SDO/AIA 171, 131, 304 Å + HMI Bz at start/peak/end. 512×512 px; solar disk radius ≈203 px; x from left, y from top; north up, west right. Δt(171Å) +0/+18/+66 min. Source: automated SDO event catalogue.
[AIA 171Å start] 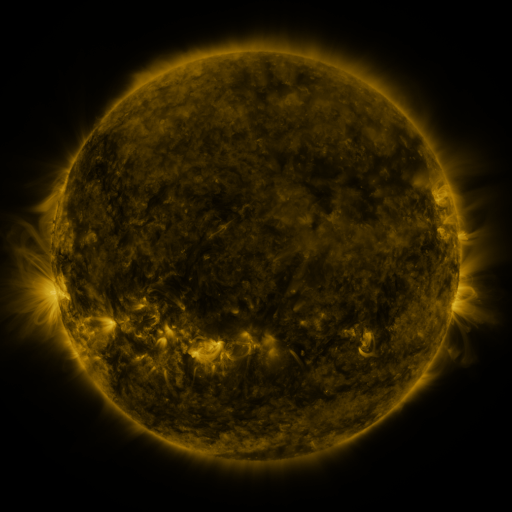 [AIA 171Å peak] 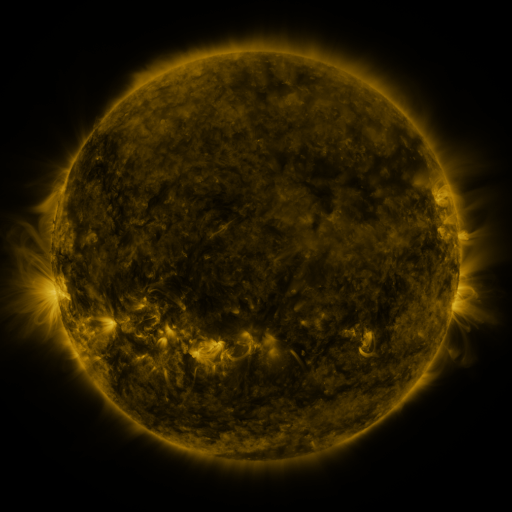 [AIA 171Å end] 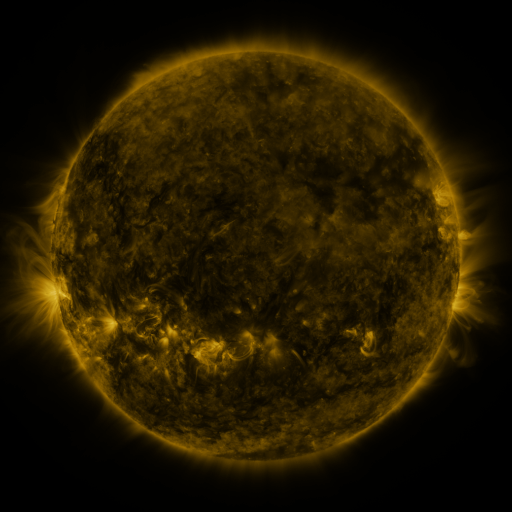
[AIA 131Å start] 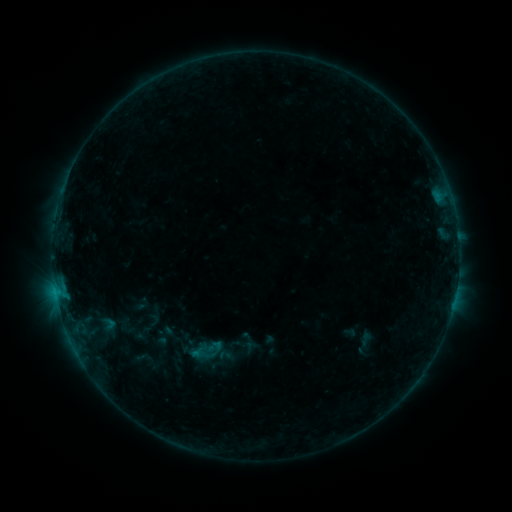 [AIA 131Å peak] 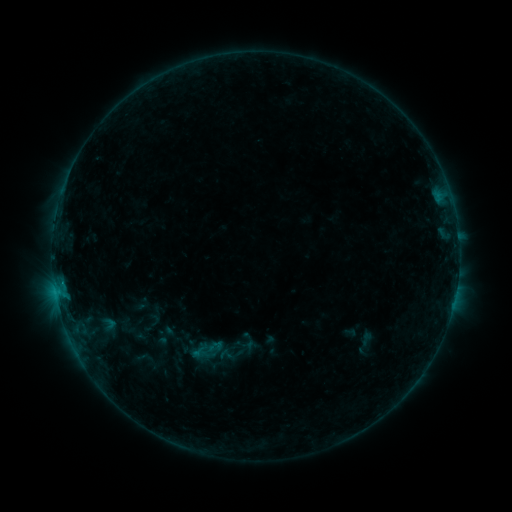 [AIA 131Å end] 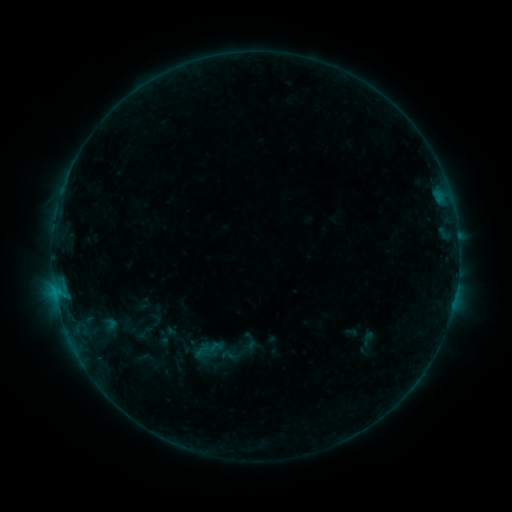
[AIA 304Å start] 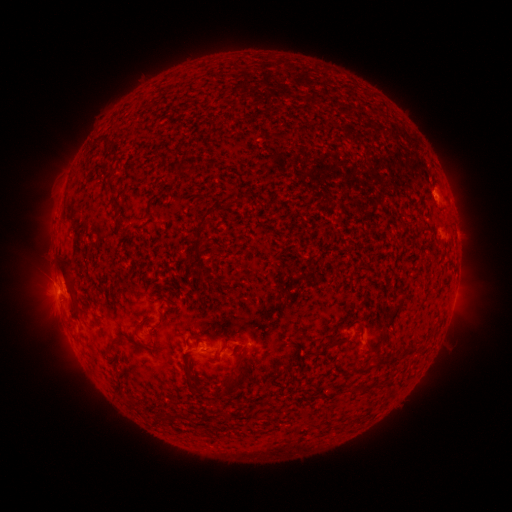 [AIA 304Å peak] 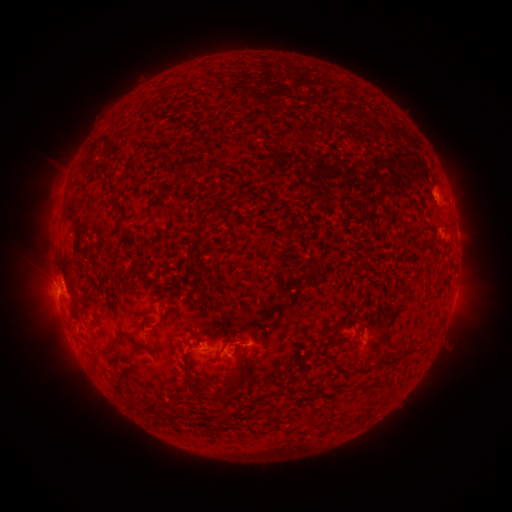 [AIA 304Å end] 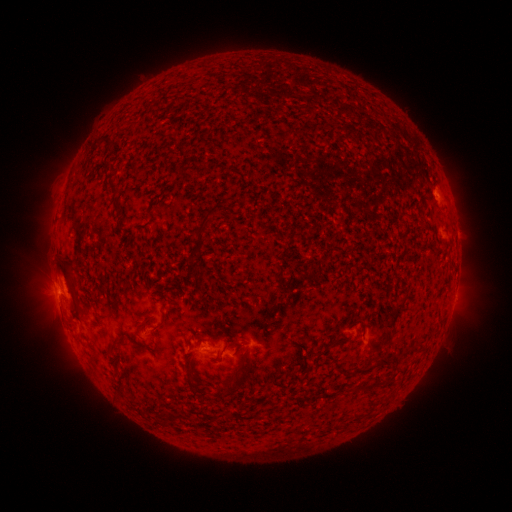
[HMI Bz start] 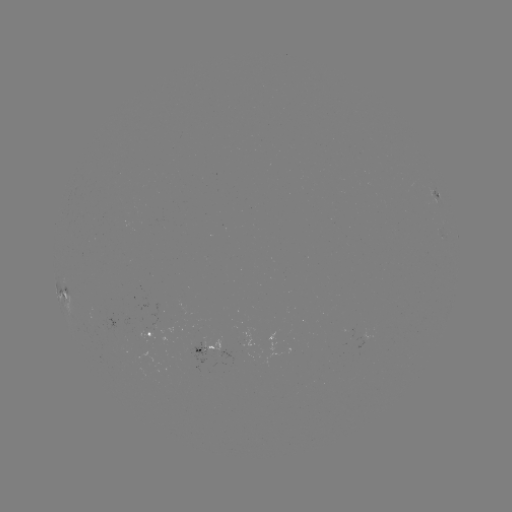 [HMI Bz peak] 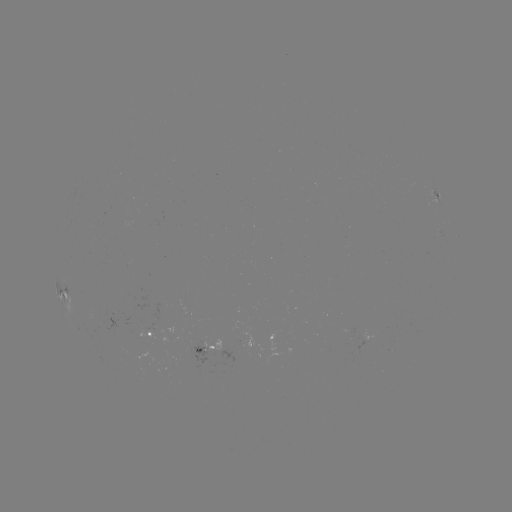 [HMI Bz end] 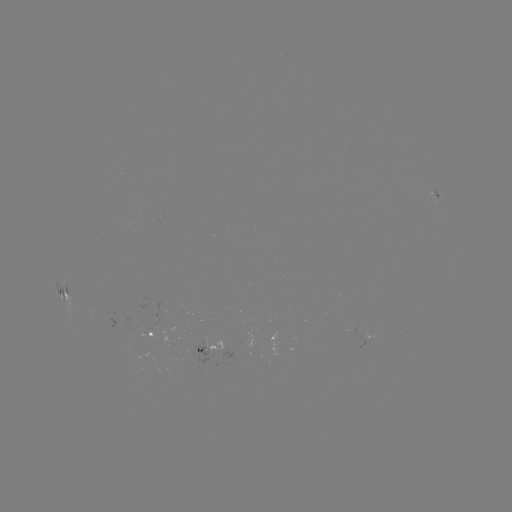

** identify B4.4 flare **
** [61, 282] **